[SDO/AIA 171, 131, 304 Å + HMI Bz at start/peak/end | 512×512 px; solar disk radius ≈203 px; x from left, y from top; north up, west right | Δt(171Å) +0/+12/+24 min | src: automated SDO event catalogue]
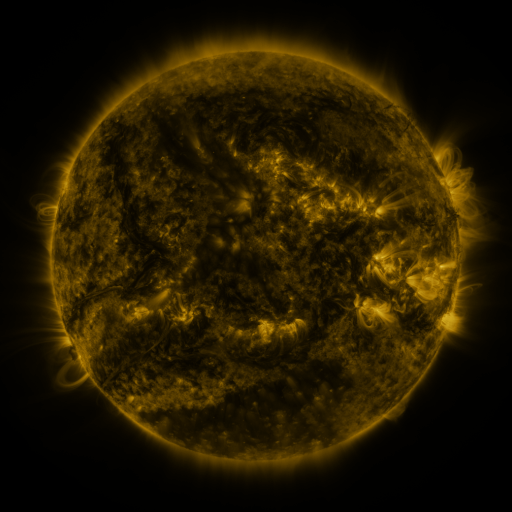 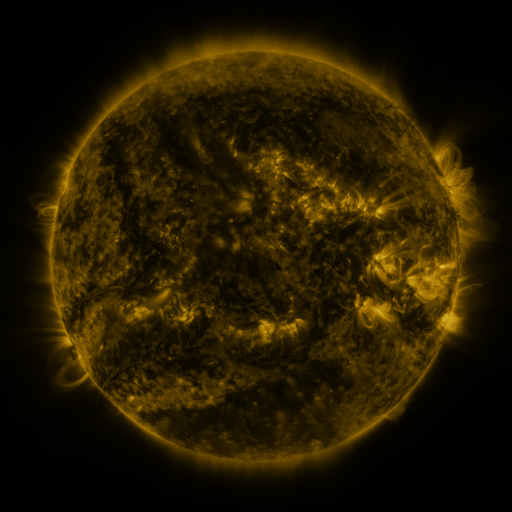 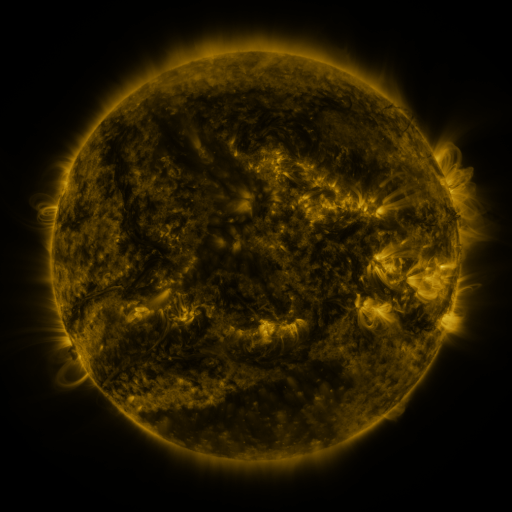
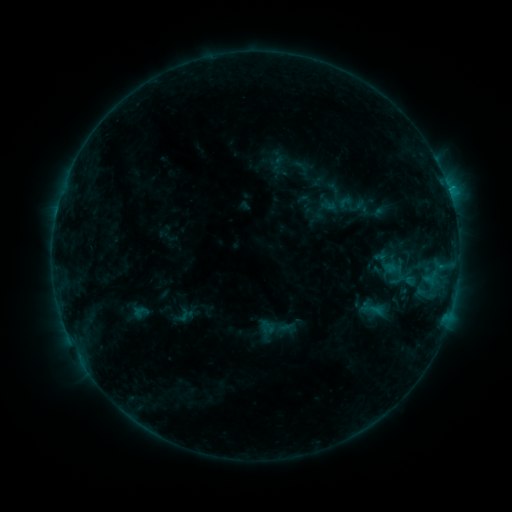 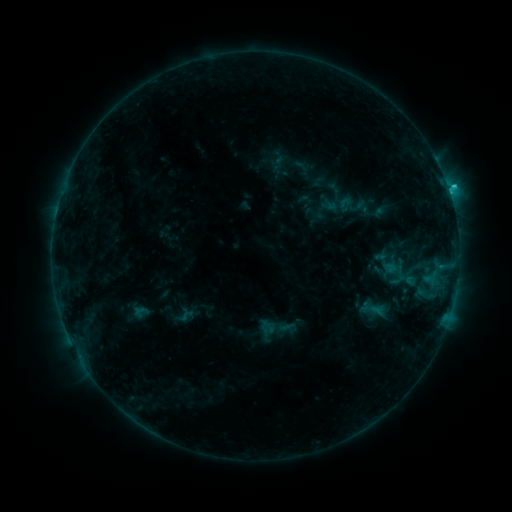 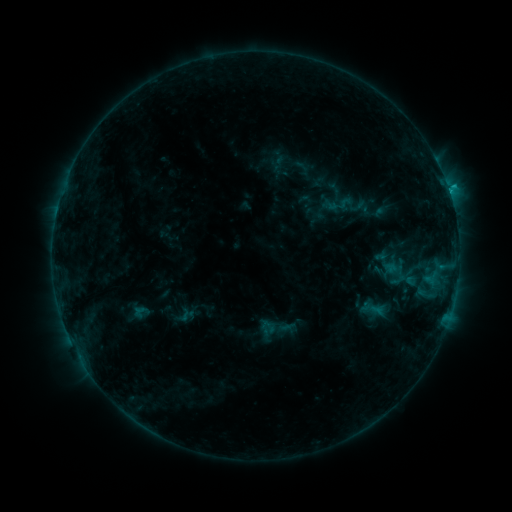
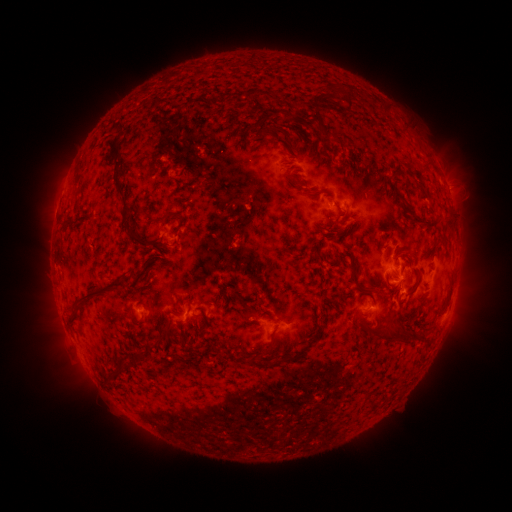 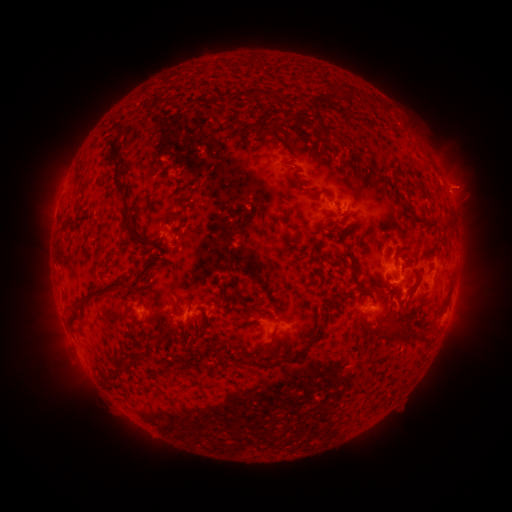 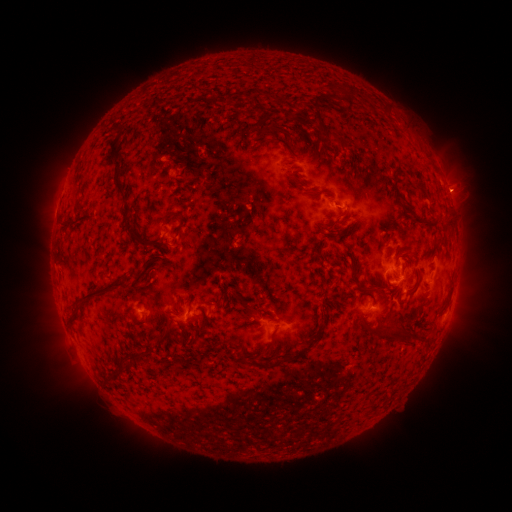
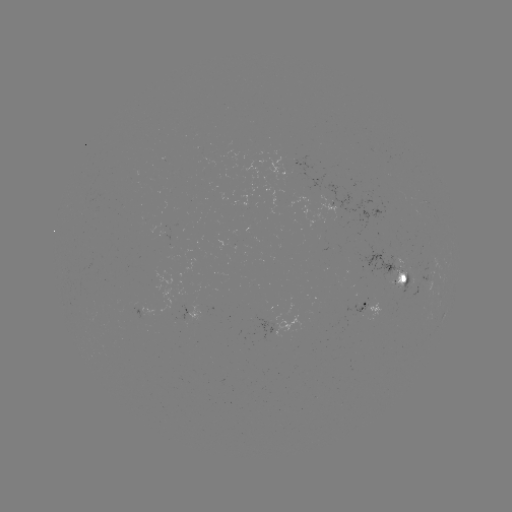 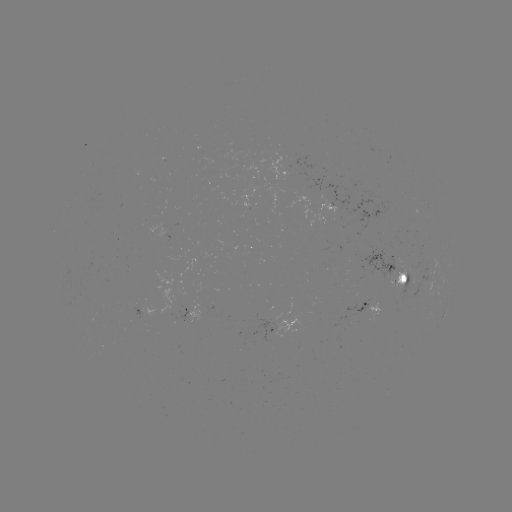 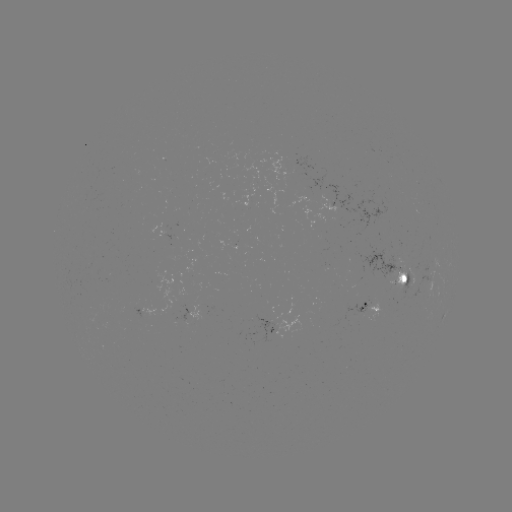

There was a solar flare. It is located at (341, 210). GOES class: C1.5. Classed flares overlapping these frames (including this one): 1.